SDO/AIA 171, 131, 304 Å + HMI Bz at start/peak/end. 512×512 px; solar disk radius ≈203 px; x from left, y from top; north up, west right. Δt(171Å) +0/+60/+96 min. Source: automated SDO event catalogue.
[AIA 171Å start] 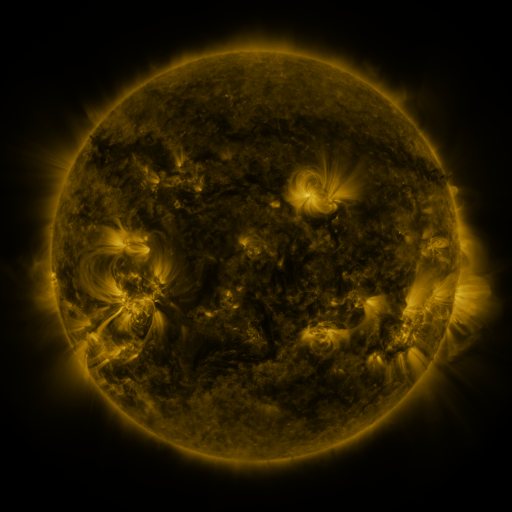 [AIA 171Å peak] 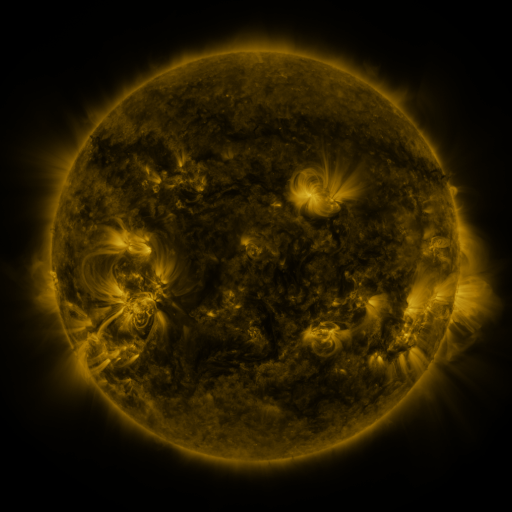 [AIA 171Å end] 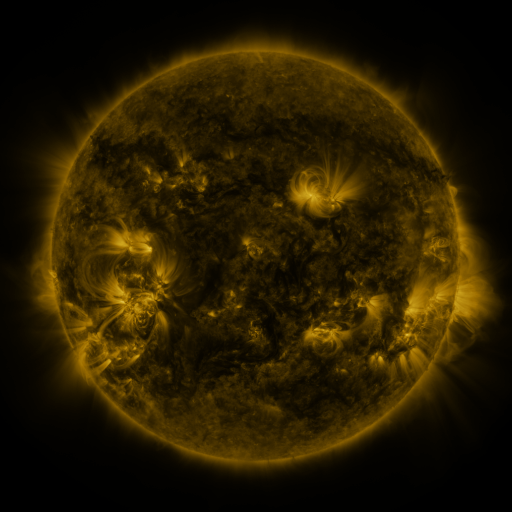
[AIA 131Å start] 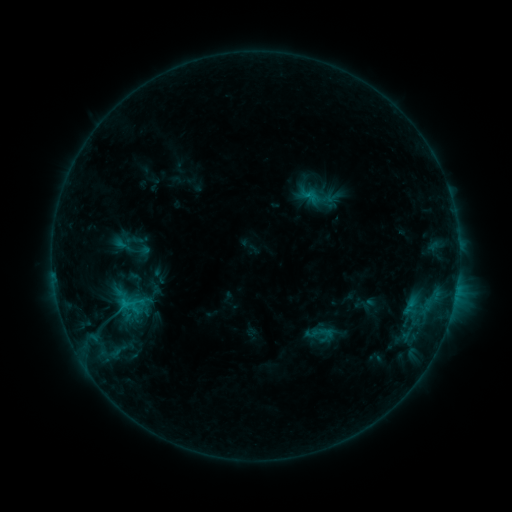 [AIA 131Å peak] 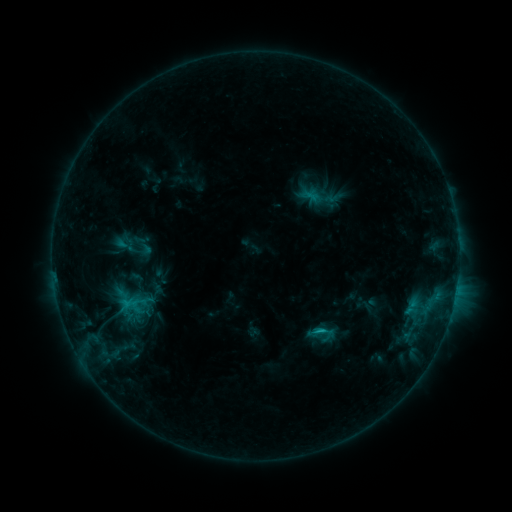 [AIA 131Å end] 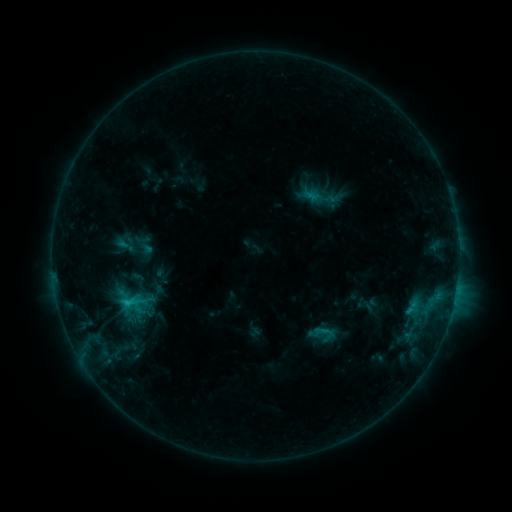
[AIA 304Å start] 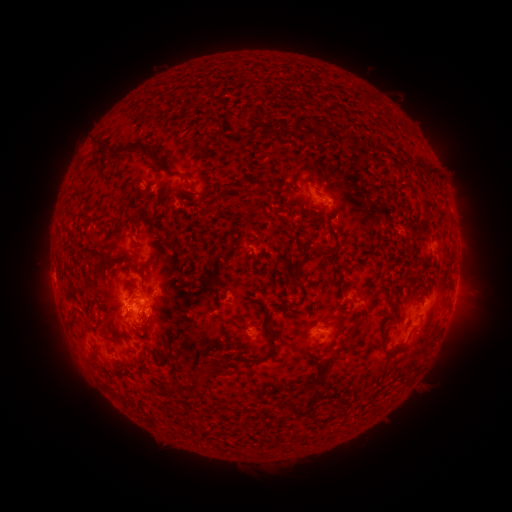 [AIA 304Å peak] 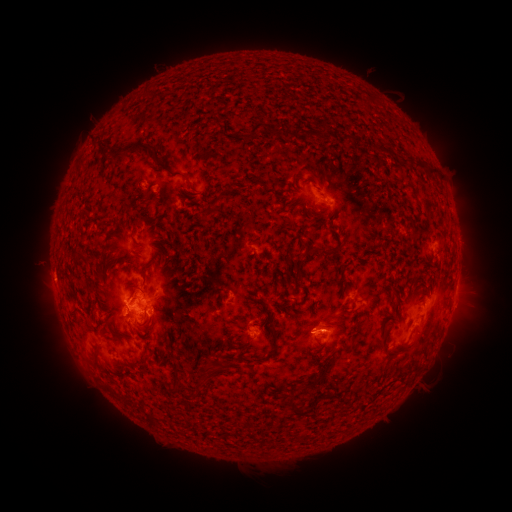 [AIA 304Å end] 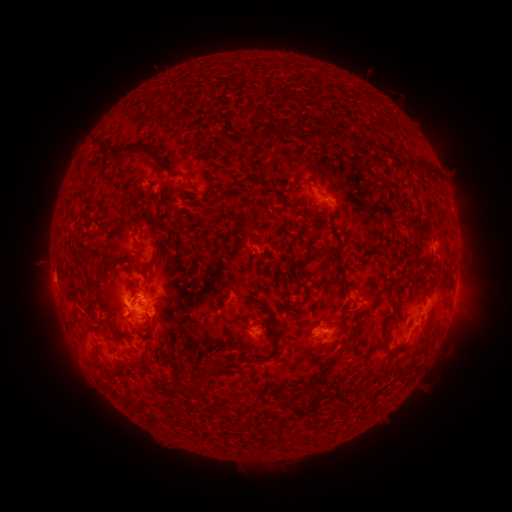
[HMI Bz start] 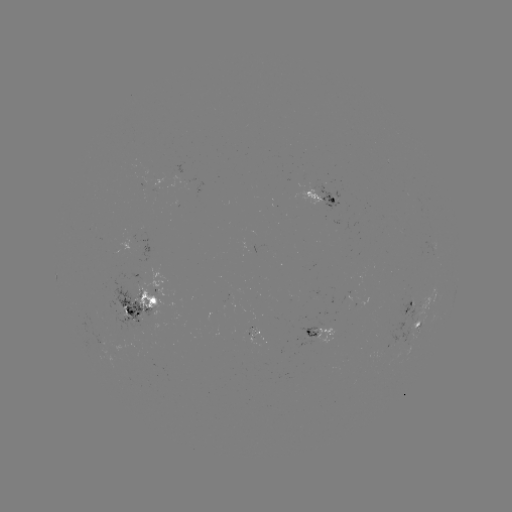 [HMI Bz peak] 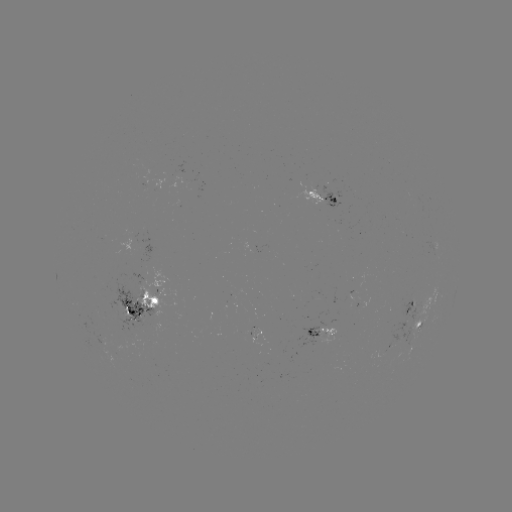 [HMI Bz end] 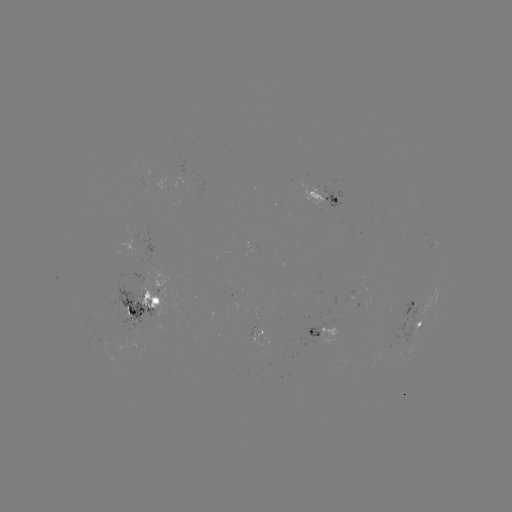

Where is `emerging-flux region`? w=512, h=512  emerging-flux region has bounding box [249, 325, 267, 344].